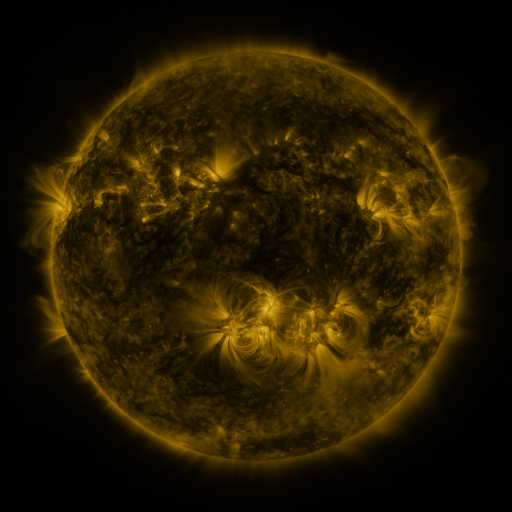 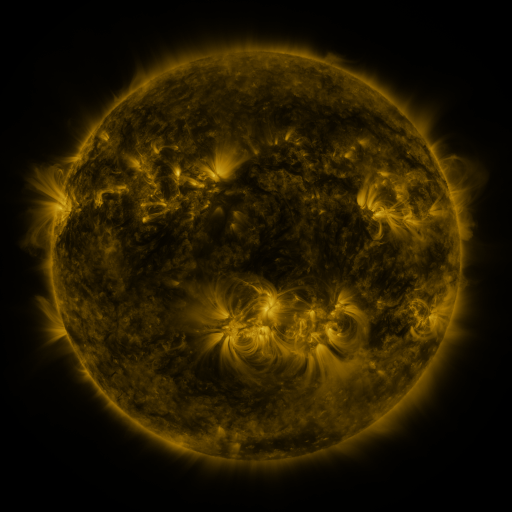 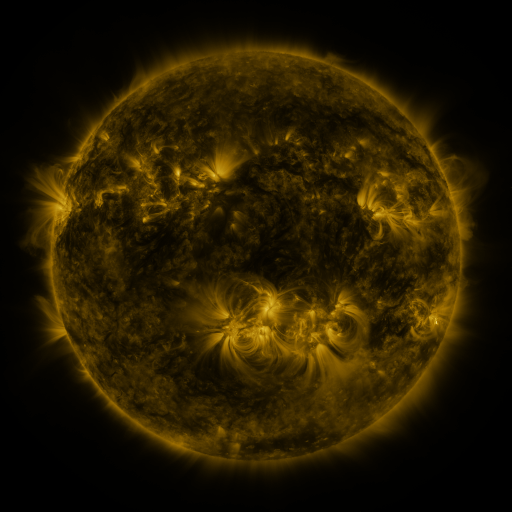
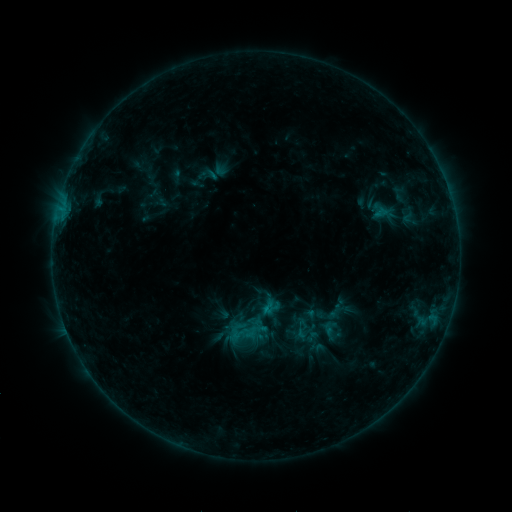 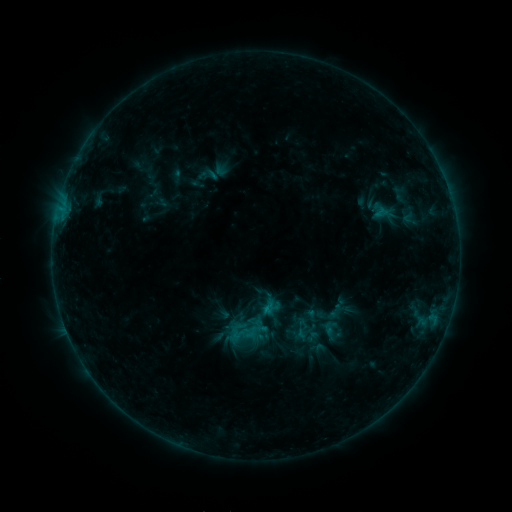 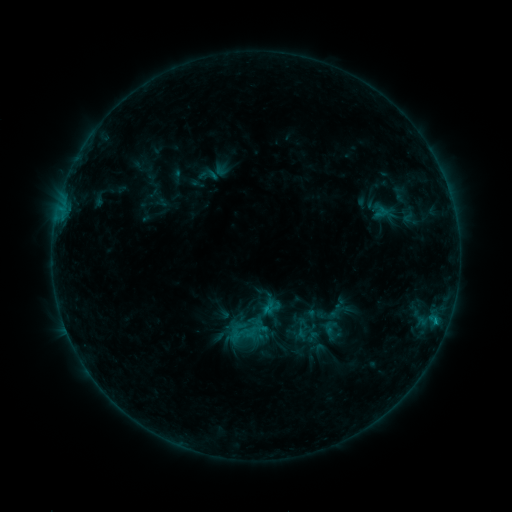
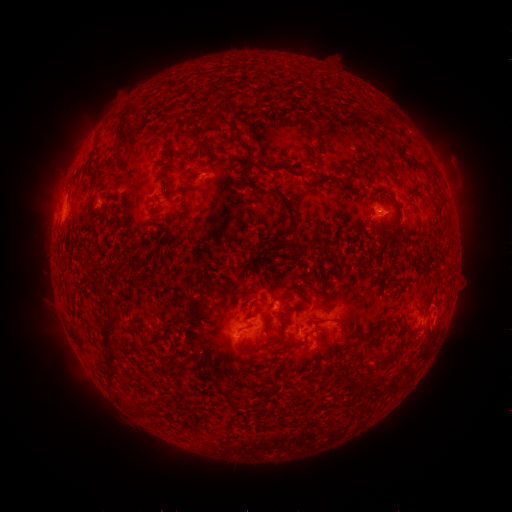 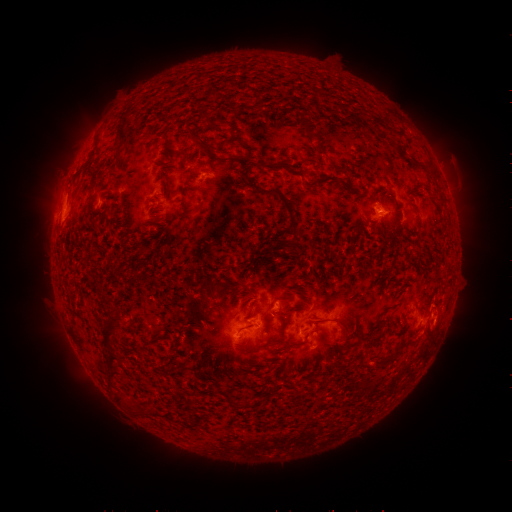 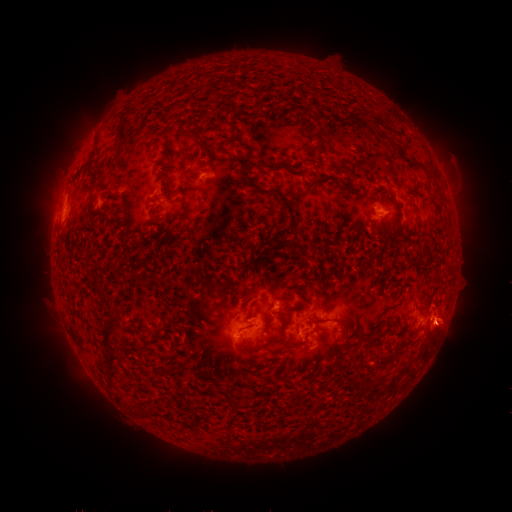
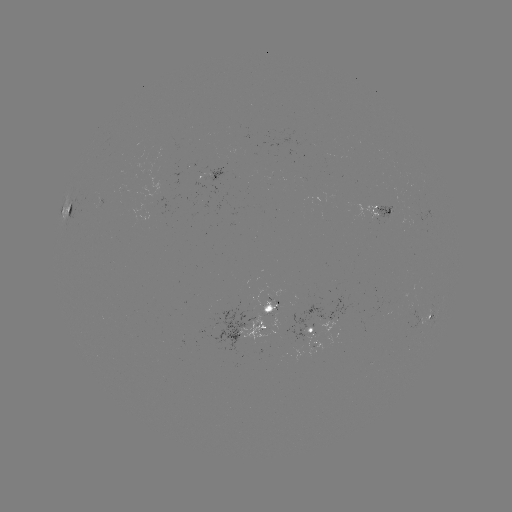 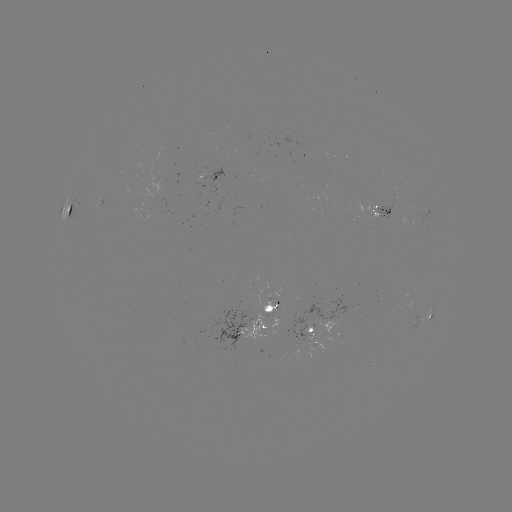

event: eruption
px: (447, 325)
